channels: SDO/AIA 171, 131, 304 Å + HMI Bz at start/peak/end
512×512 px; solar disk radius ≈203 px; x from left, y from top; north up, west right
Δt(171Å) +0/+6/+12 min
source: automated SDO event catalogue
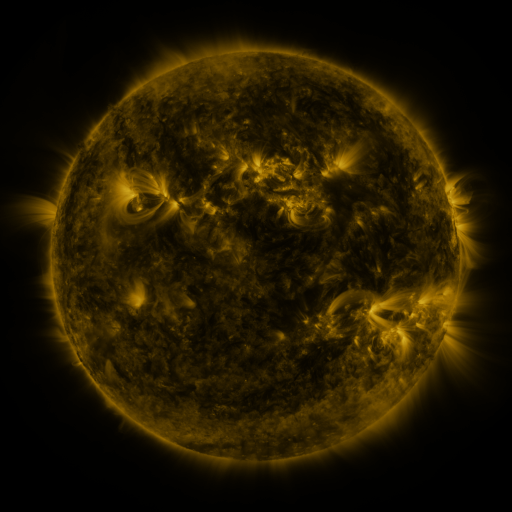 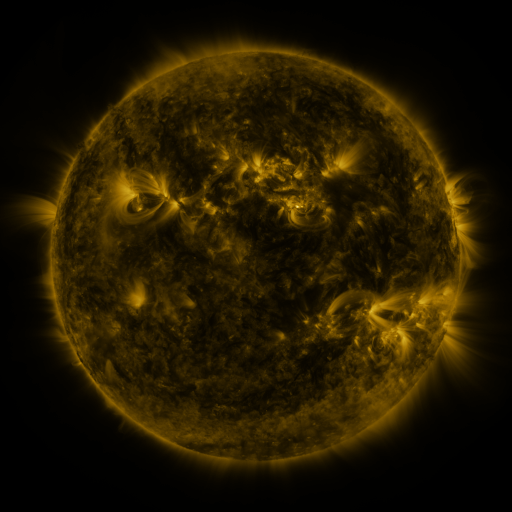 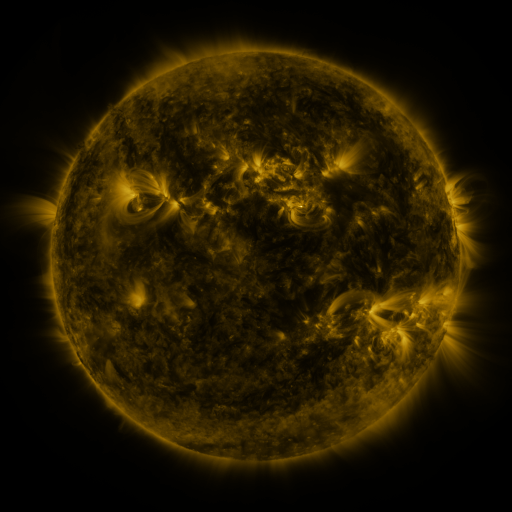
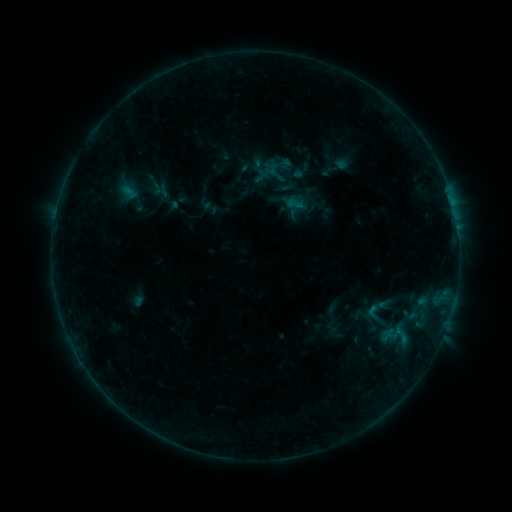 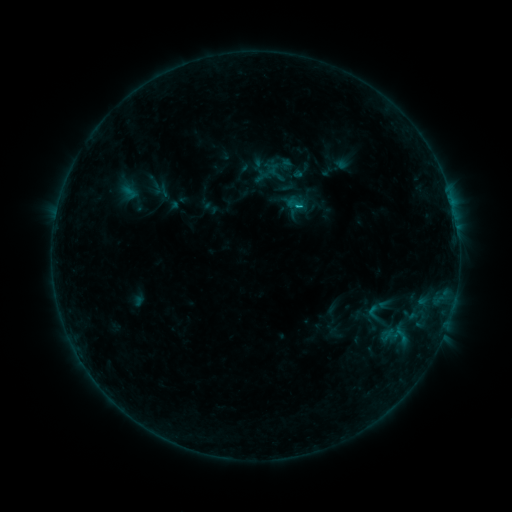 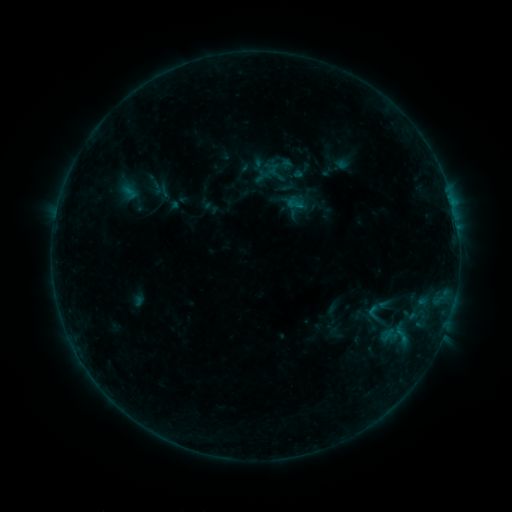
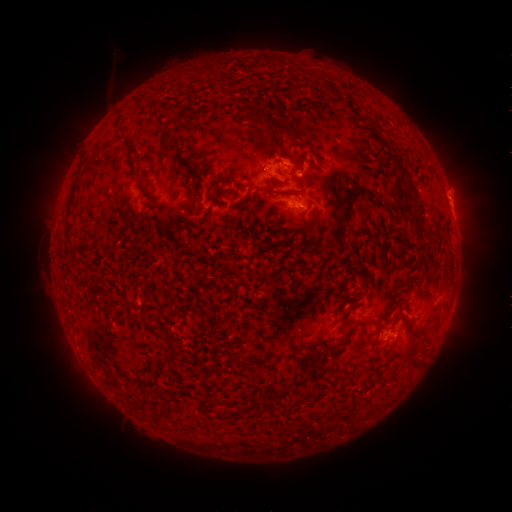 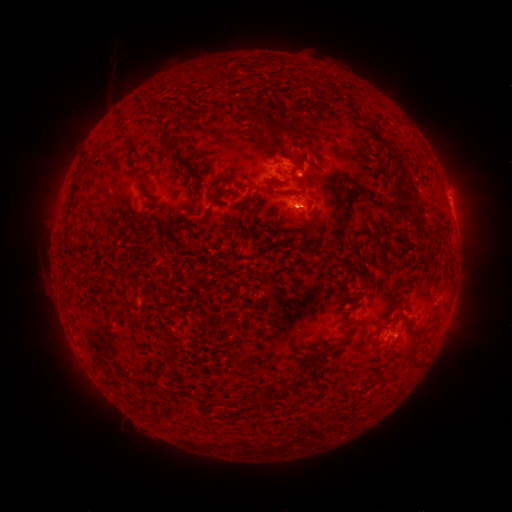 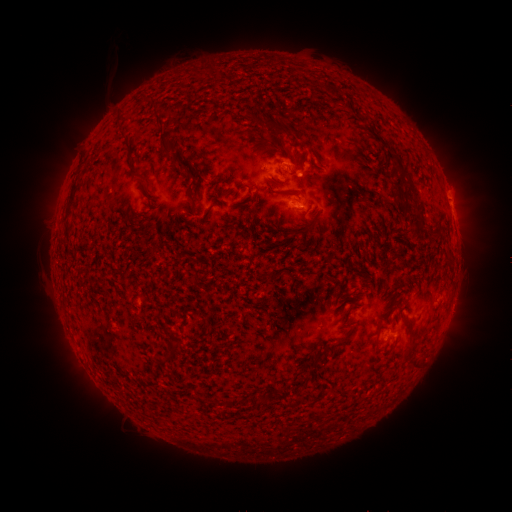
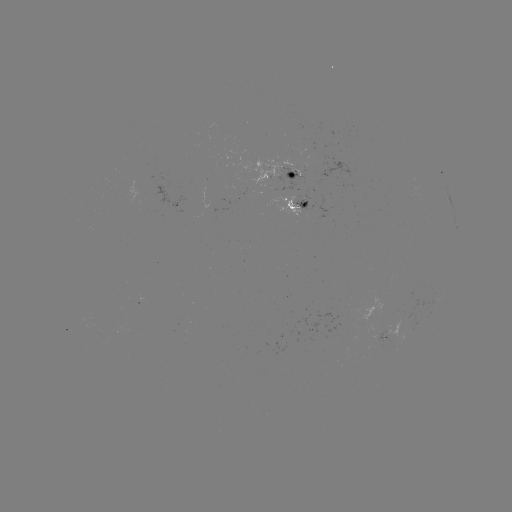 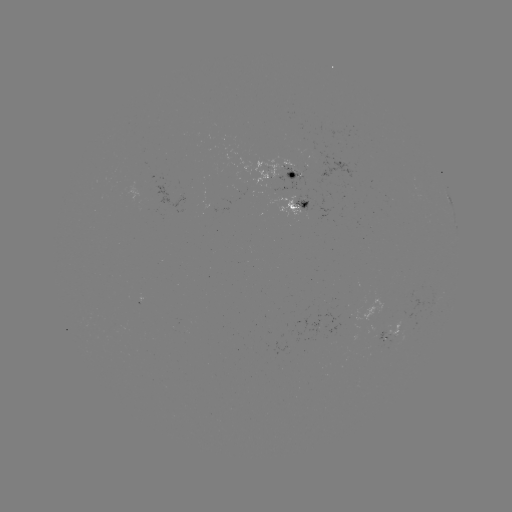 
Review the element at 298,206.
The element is B5.0 flare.